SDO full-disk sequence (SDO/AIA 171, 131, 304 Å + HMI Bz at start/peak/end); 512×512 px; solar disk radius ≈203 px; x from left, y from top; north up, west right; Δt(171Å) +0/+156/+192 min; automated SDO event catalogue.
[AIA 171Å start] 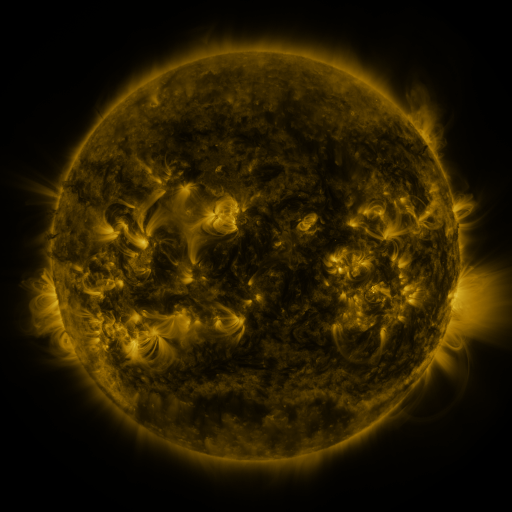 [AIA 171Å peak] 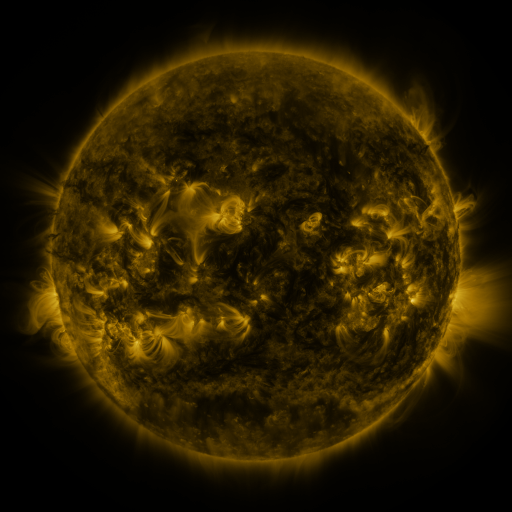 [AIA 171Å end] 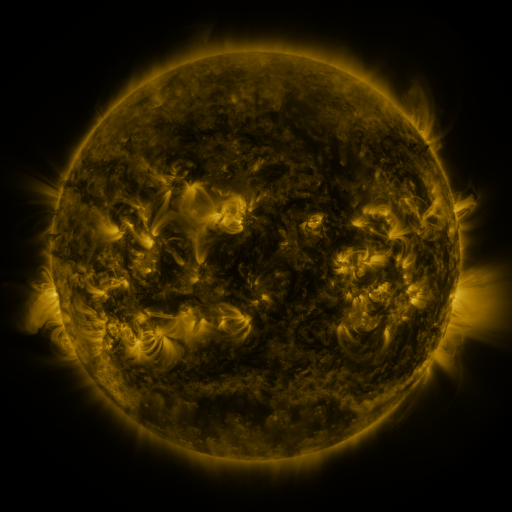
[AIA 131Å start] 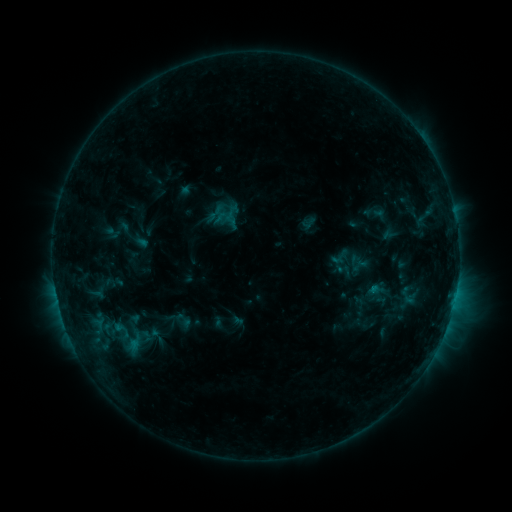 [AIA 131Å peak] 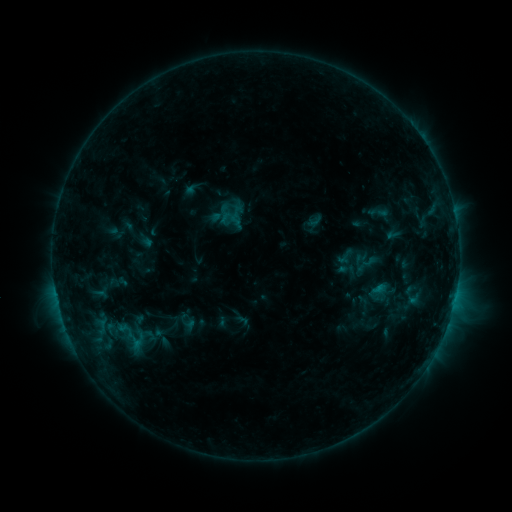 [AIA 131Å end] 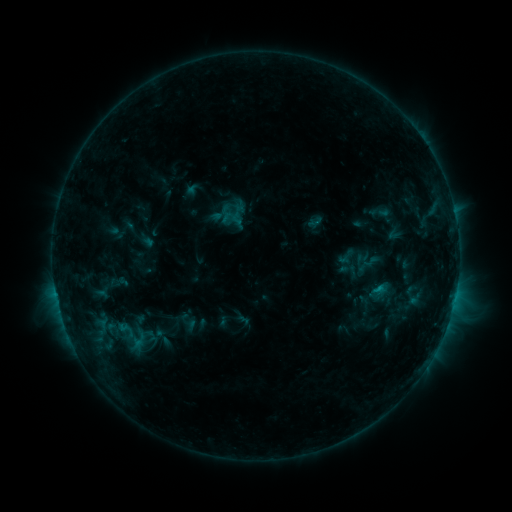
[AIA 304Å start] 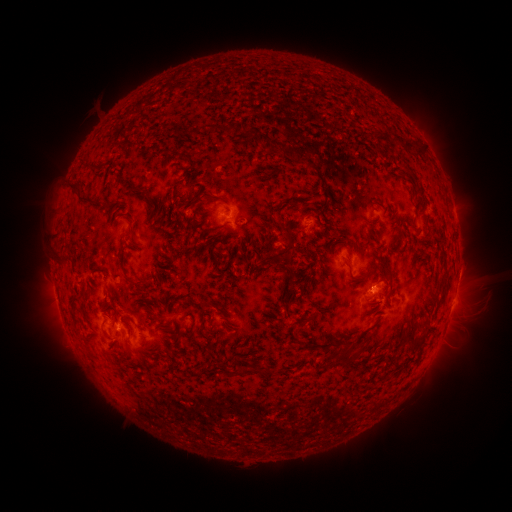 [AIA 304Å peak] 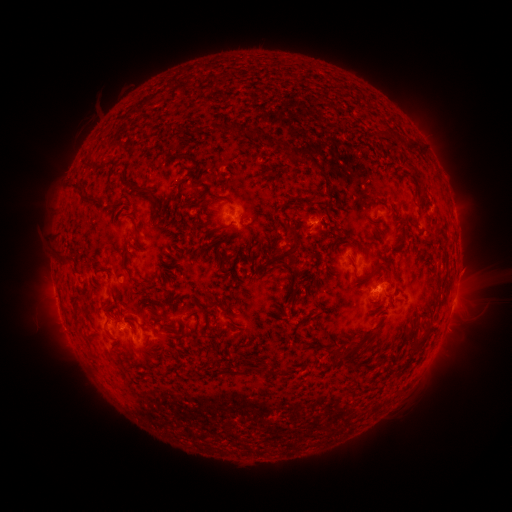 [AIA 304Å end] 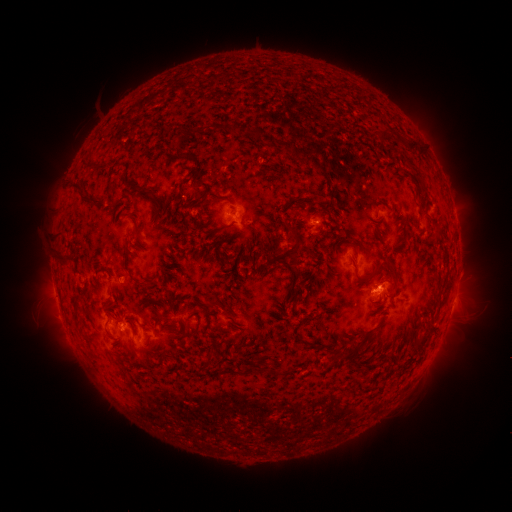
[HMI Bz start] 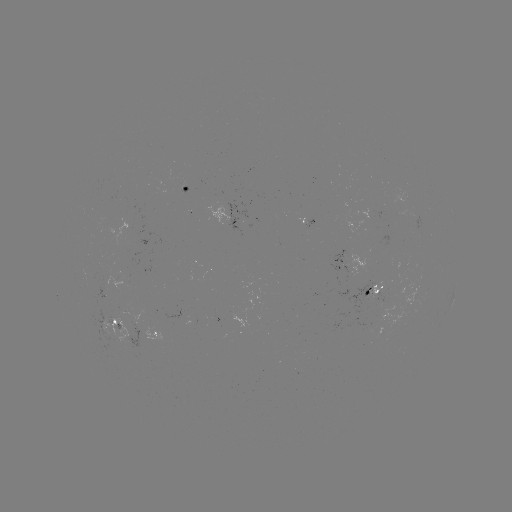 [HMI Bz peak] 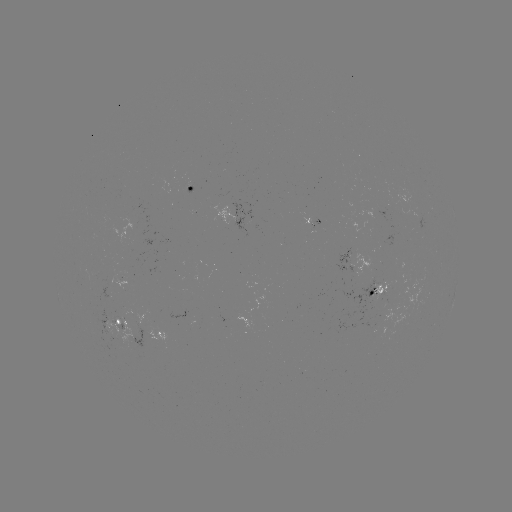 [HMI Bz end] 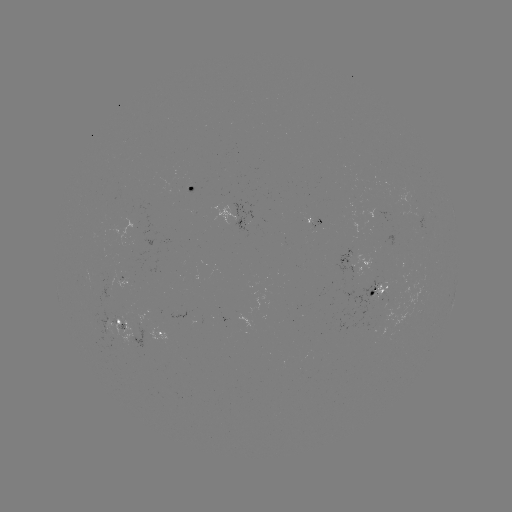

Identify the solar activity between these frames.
emerging-flux region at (315, 228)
